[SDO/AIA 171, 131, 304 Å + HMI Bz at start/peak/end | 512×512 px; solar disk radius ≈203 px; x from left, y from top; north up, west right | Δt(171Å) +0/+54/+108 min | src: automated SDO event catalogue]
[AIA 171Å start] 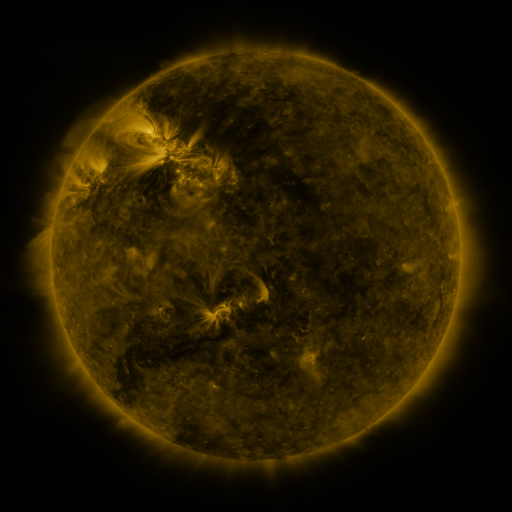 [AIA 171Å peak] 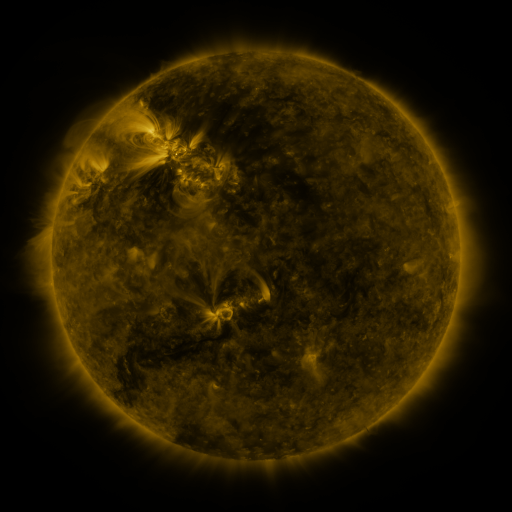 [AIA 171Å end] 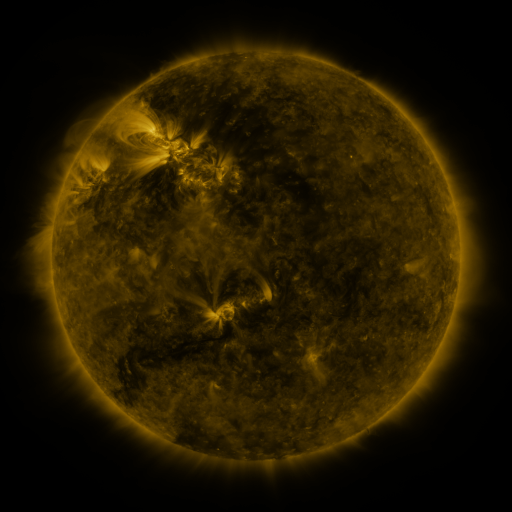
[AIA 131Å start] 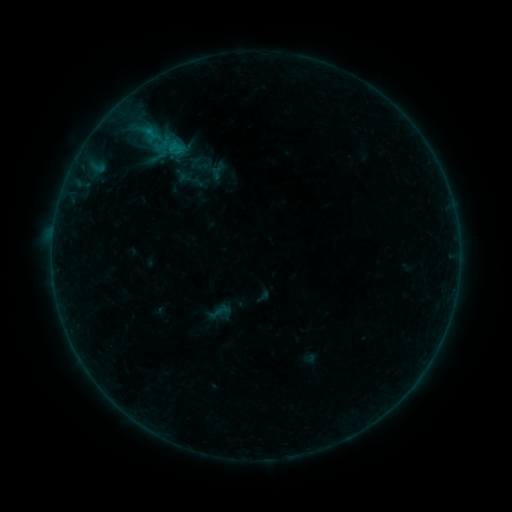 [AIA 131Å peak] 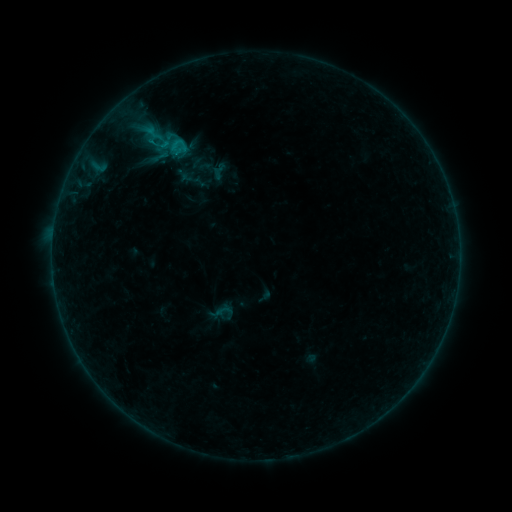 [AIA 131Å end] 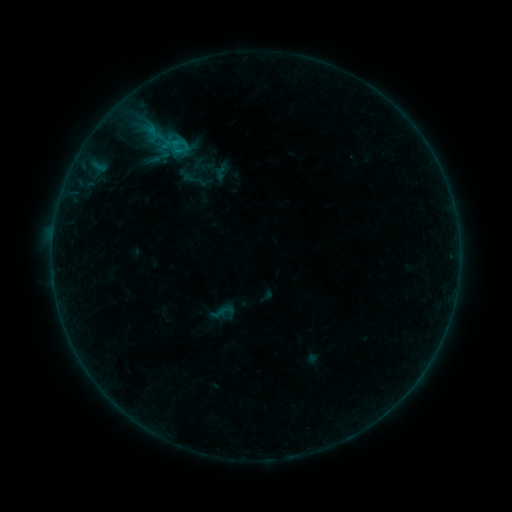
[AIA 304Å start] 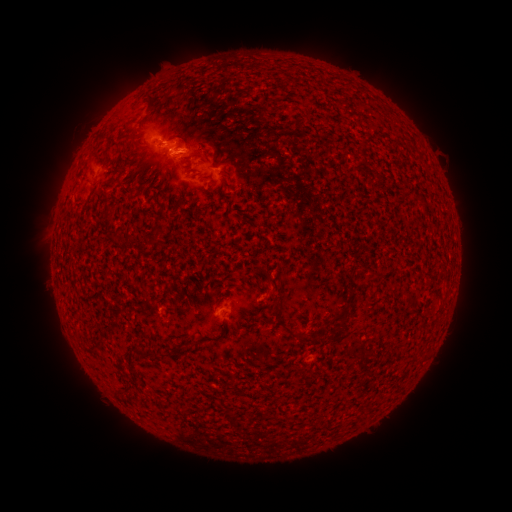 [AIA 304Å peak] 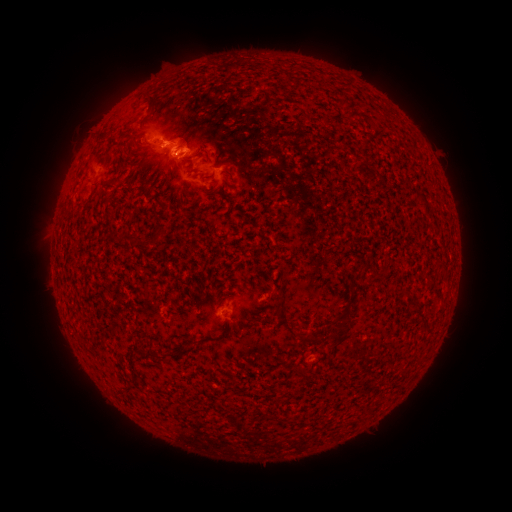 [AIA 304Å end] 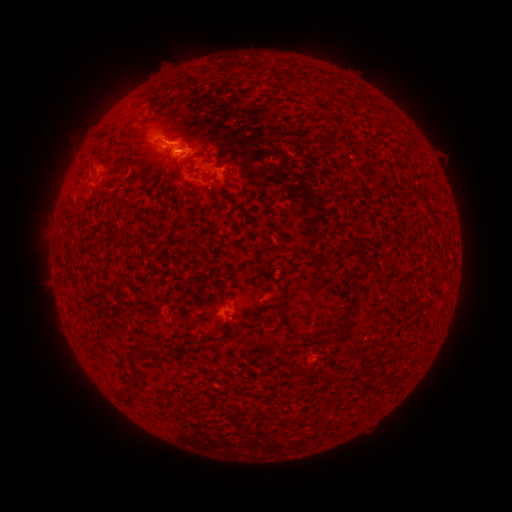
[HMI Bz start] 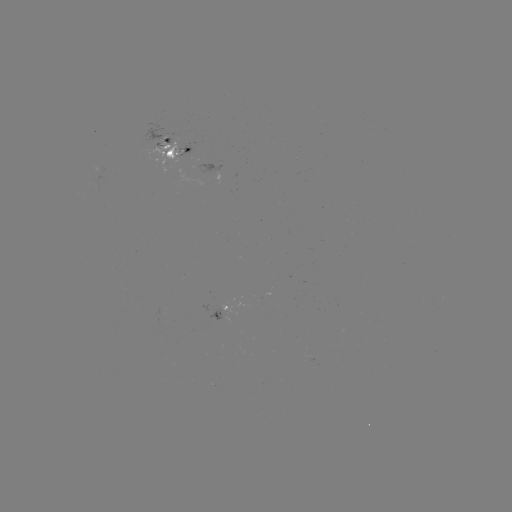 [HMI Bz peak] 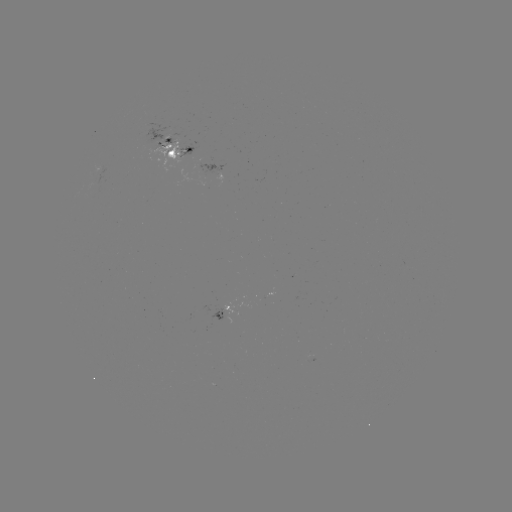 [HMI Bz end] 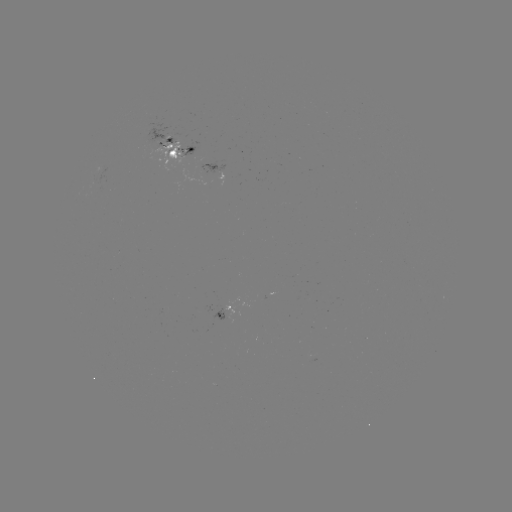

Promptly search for emerging-flux region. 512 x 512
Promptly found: [225, 309].